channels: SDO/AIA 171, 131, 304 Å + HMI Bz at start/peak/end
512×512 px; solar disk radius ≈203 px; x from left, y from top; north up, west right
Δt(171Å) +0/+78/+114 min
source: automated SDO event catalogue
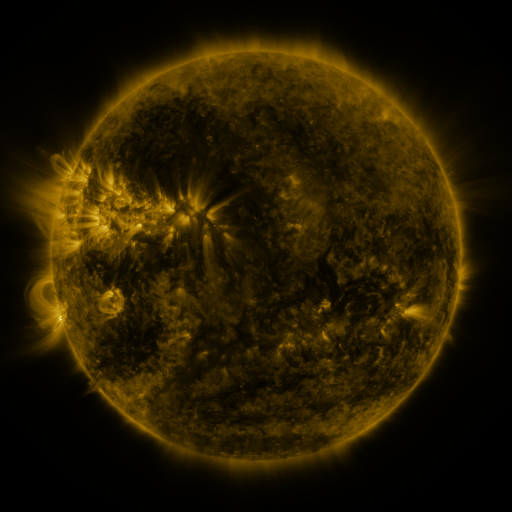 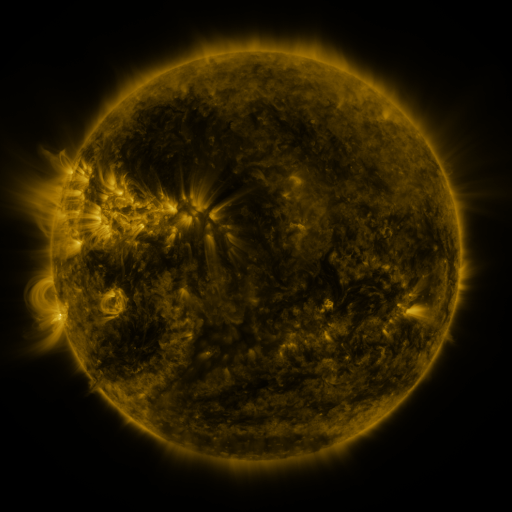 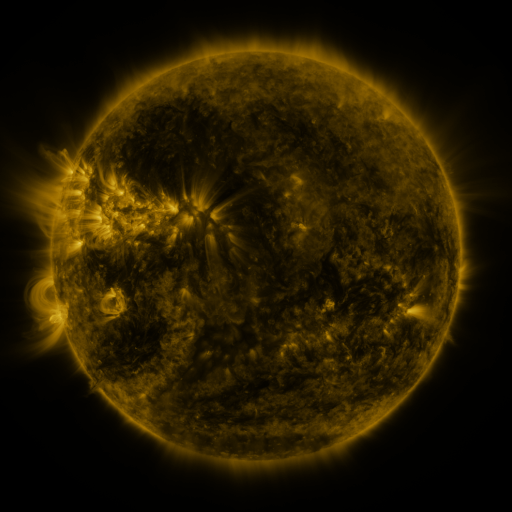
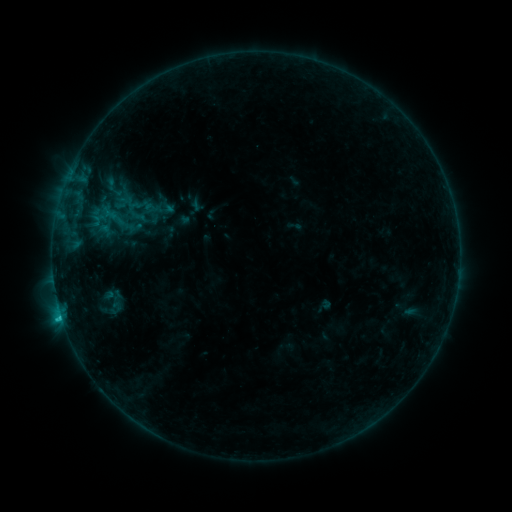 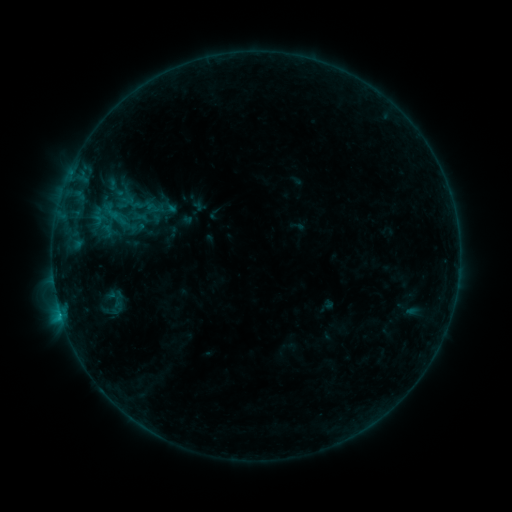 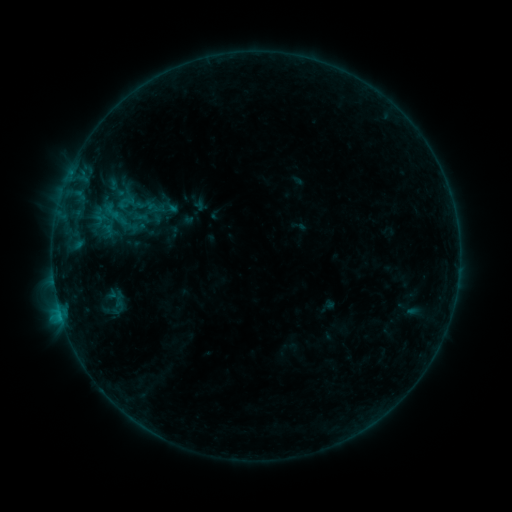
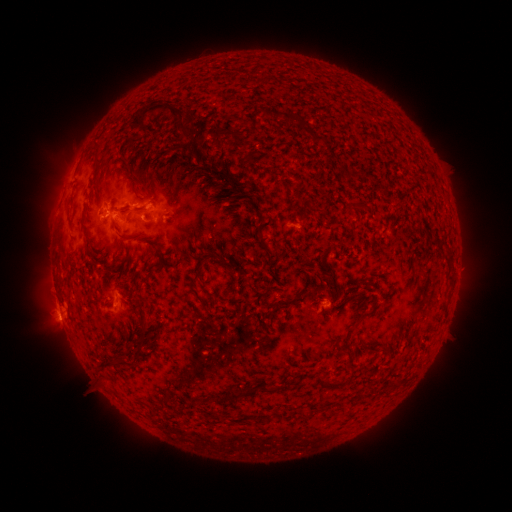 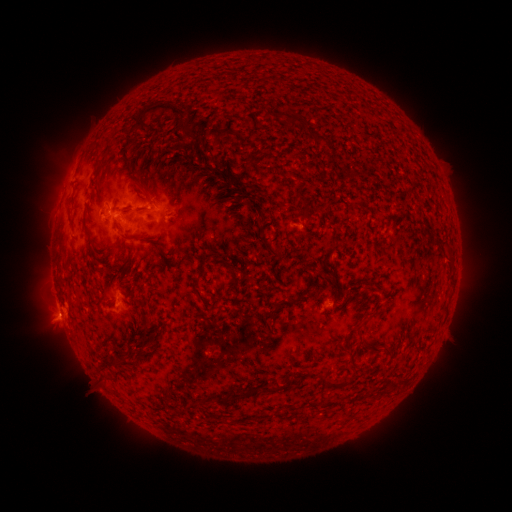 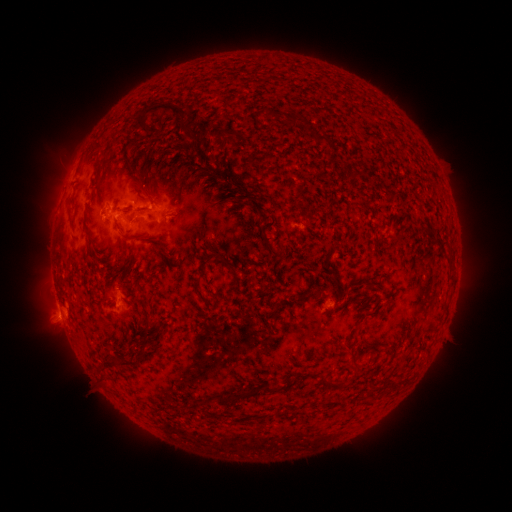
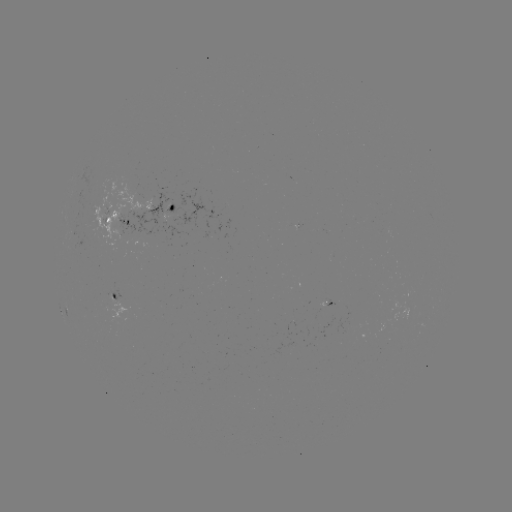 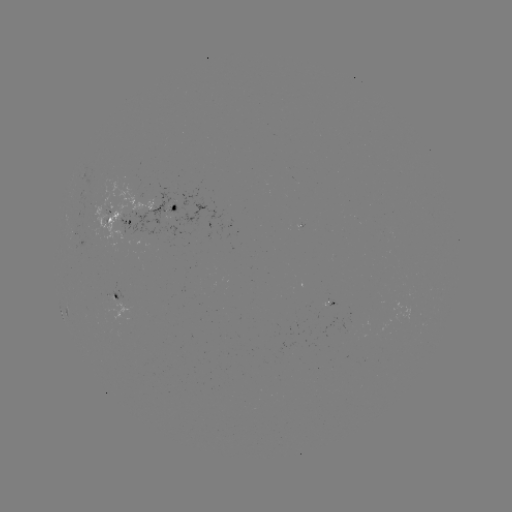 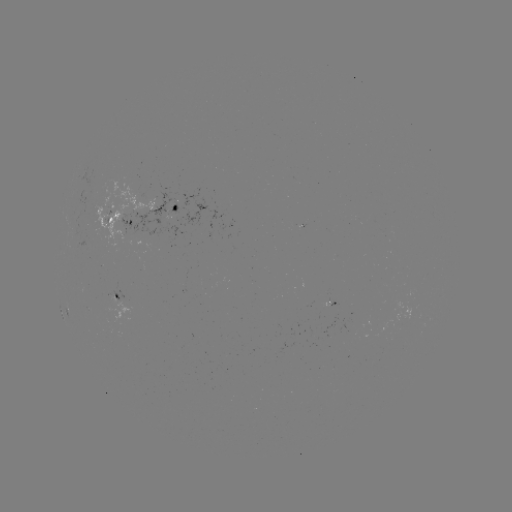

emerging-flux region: <bbox>321, 300, 335, 306</bbox>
